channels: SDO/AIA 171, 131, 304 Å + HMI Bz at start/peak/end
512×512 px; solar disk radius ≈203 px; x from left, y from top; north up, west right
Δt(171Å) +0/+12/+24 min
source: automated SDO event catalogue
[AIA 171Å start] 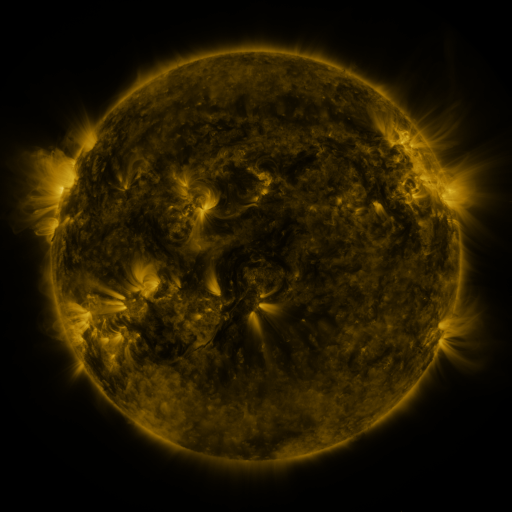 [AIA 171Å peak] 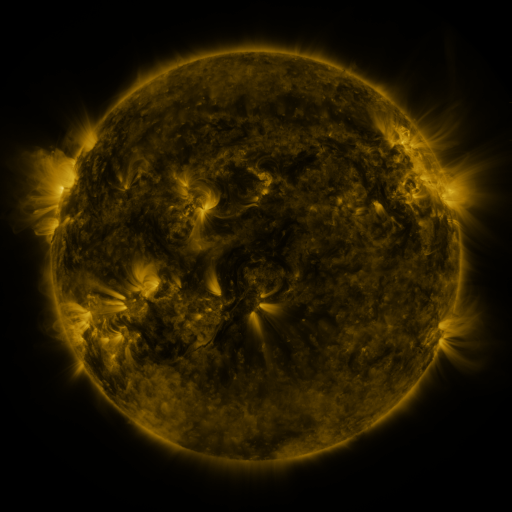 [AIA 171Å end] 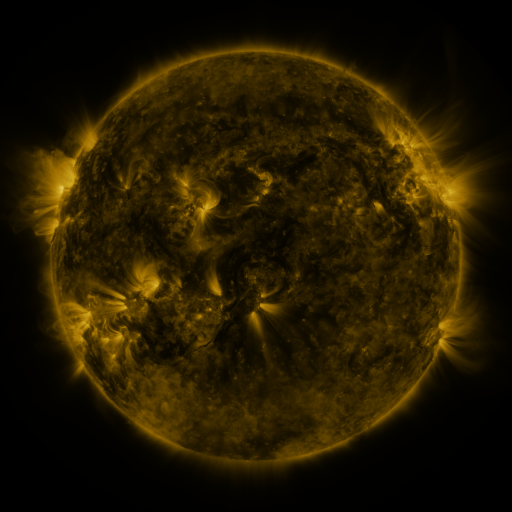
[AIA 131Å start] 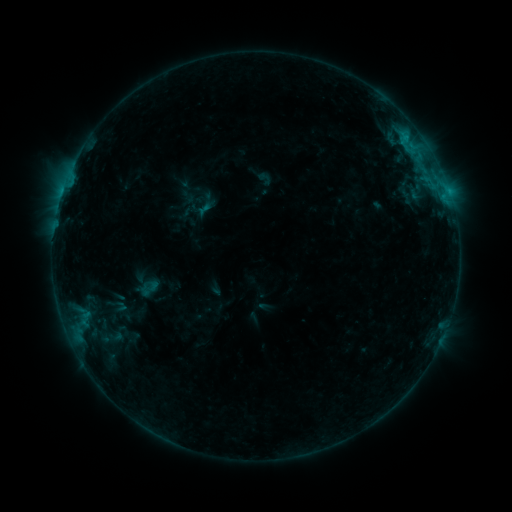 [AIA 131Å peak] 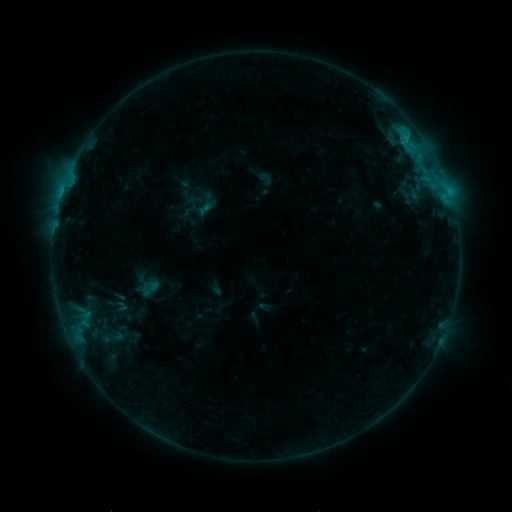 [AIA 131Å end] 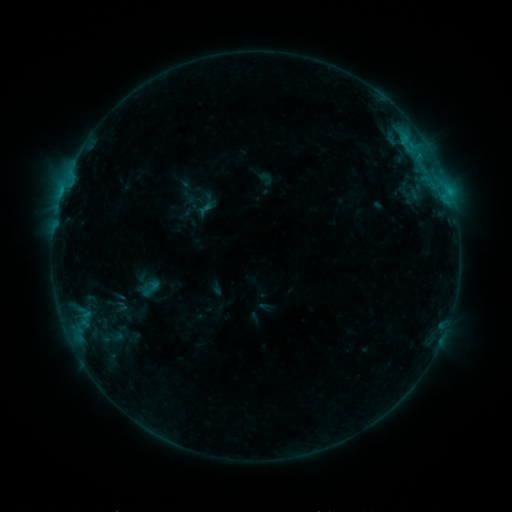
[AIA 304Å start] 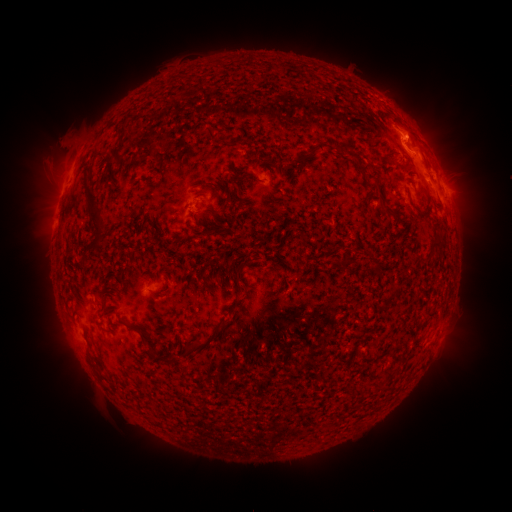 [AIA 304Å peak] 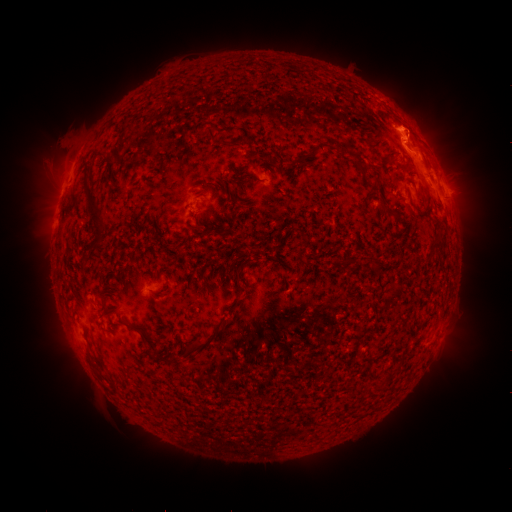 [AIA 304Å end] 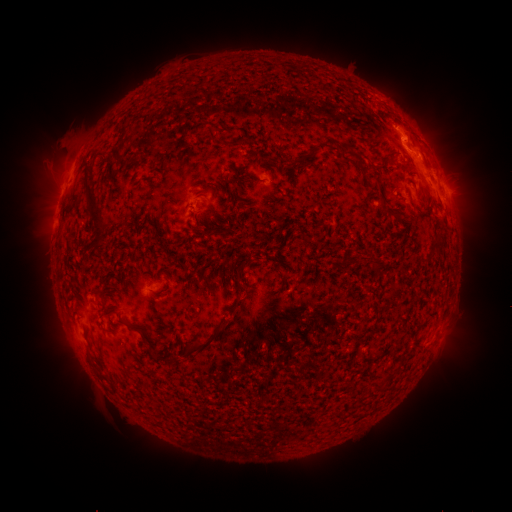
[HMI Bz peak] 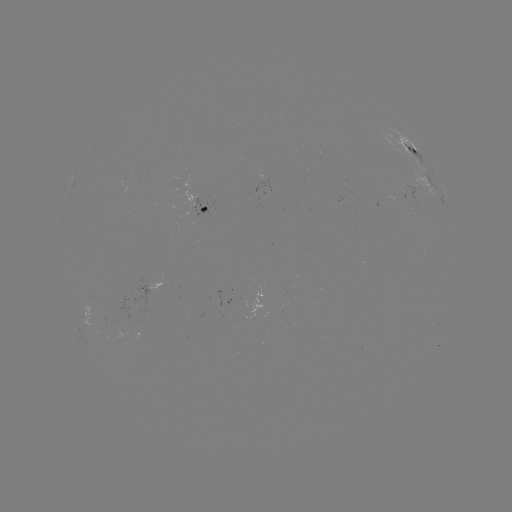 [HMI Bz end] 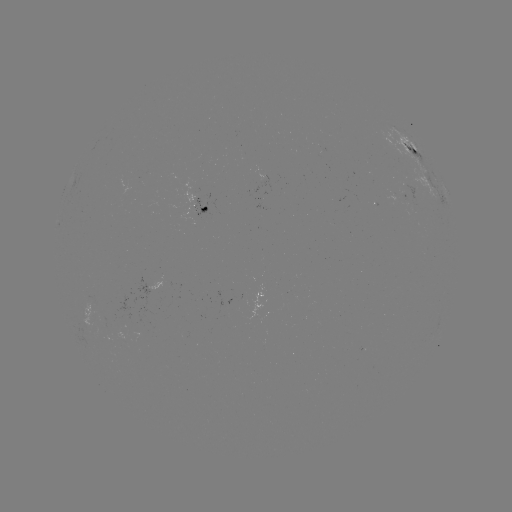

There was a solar eruption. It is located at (413, 119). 